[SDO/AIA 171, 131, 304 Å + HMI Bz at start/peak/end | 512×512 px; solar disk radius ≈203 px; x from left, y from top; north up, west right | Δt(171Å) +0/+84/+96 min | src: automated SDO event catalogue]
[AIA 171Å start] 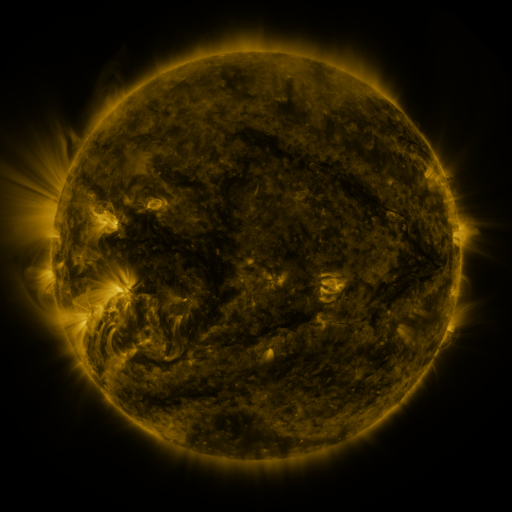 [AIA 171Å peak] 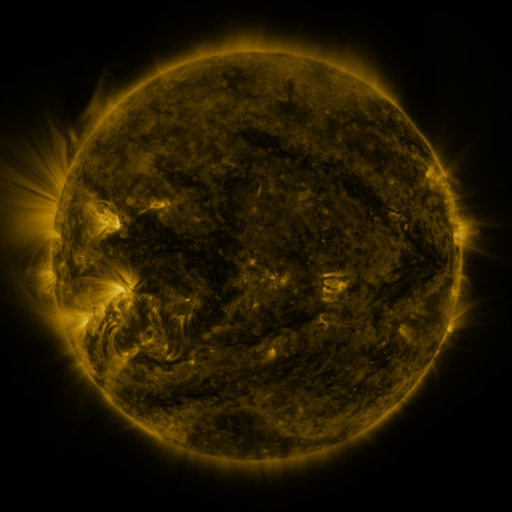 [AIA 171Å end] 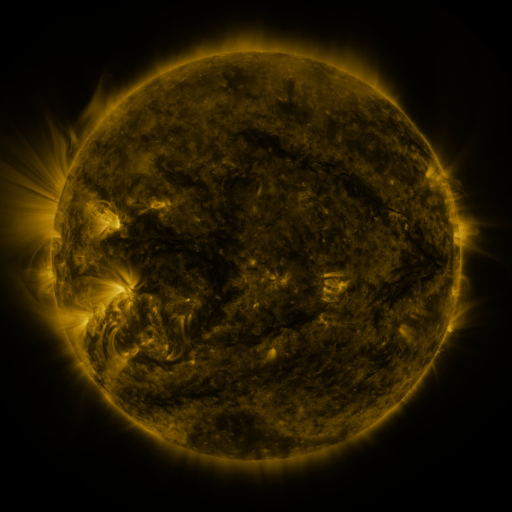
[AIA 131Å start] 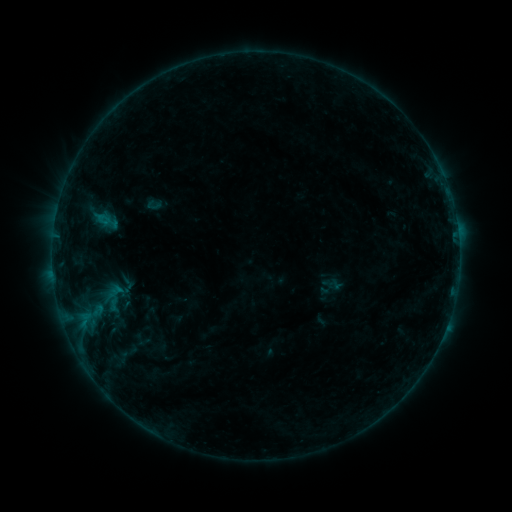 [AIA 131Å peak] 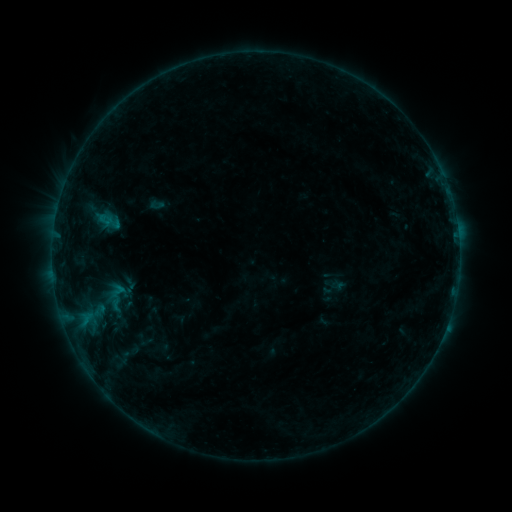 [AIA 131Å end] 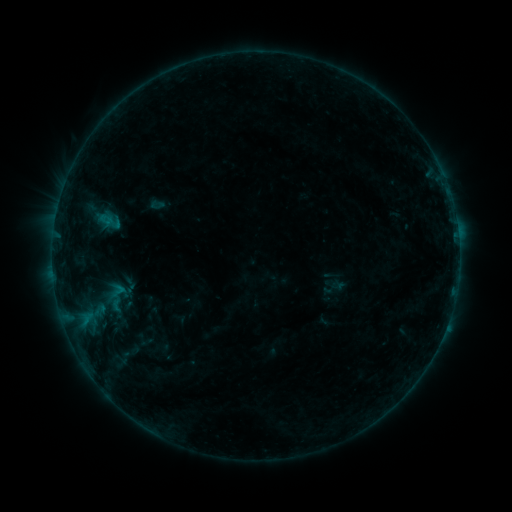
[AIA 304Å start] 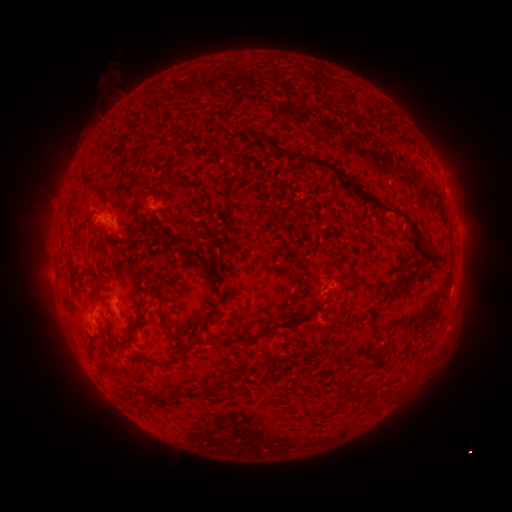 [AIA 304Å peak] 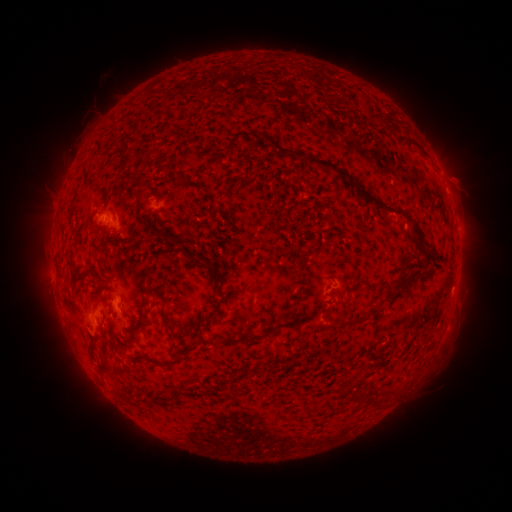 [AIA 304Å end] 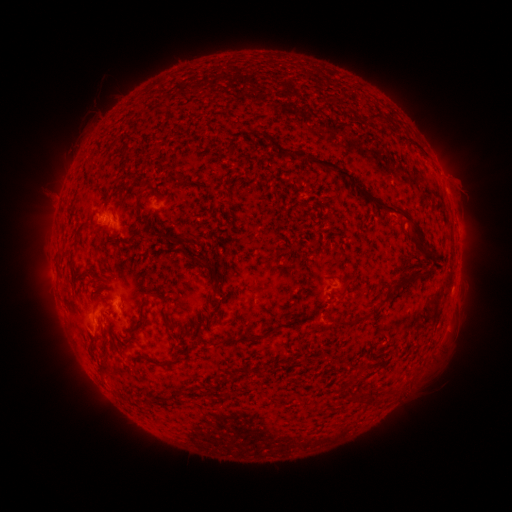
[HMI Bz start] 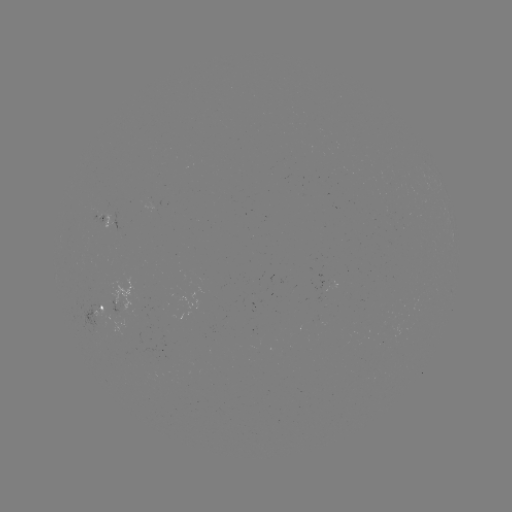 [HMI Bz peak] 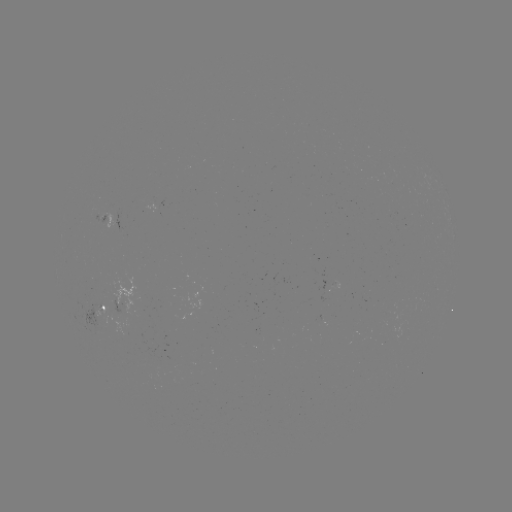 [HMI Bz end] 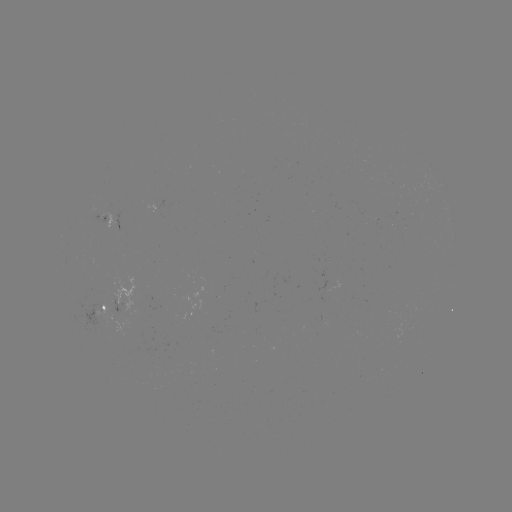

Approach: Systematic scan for emerging-flux region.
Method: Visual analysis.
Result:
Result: emerging-flux region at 95,315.